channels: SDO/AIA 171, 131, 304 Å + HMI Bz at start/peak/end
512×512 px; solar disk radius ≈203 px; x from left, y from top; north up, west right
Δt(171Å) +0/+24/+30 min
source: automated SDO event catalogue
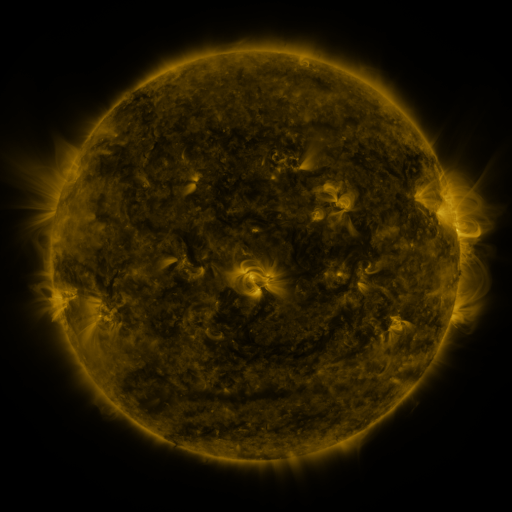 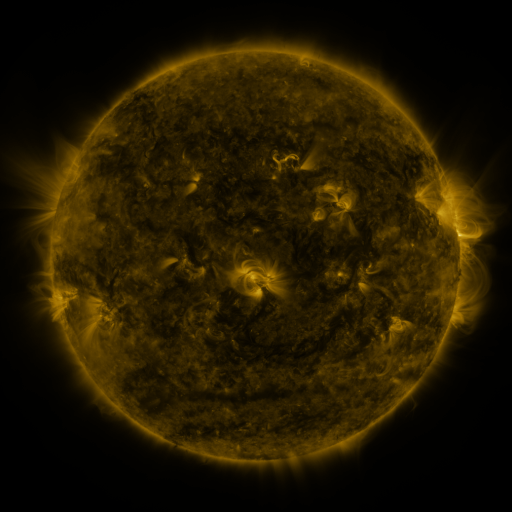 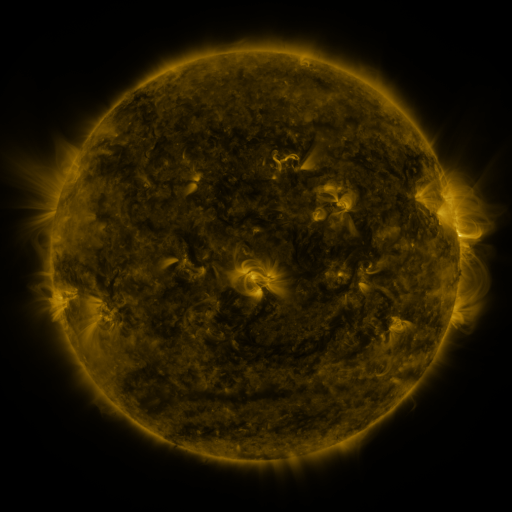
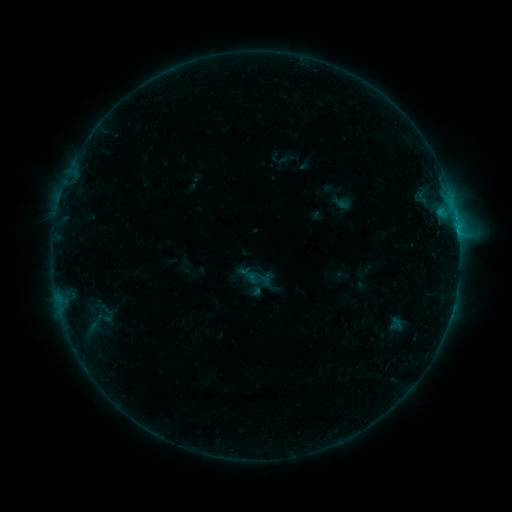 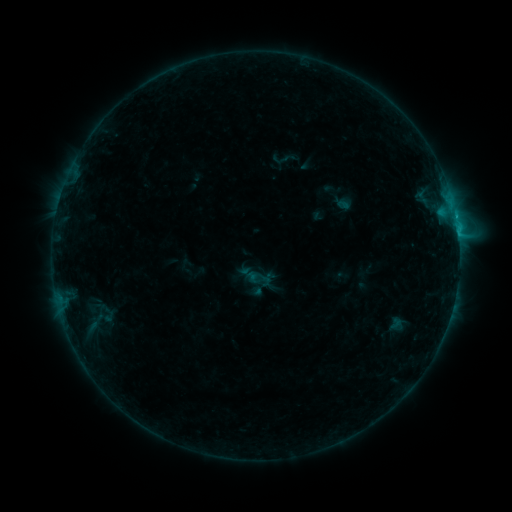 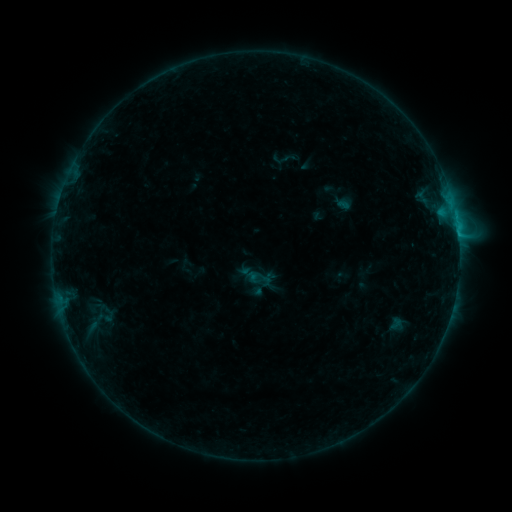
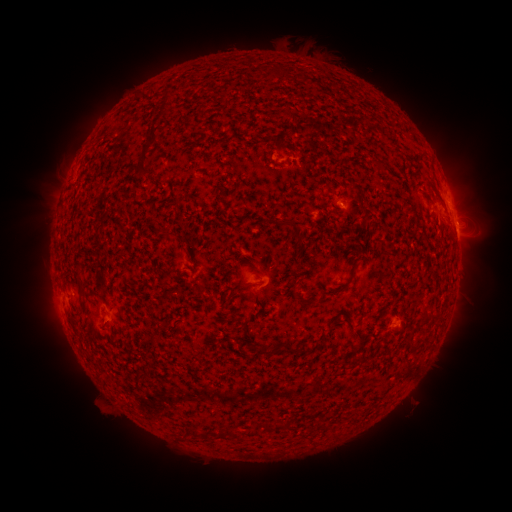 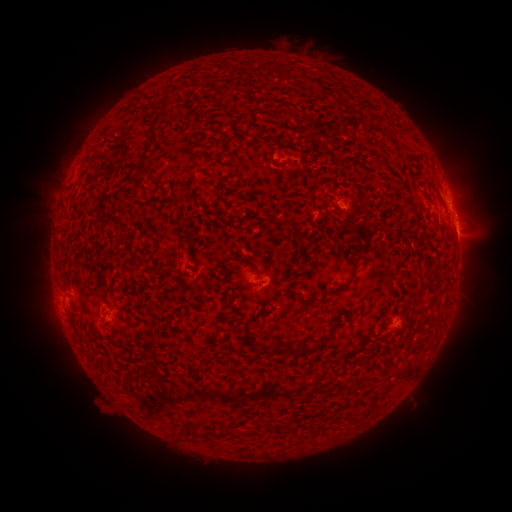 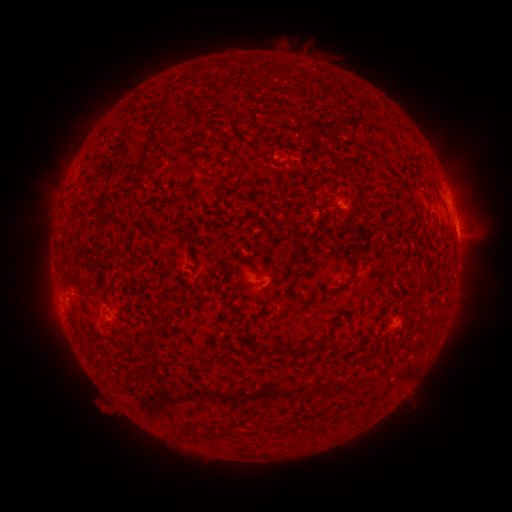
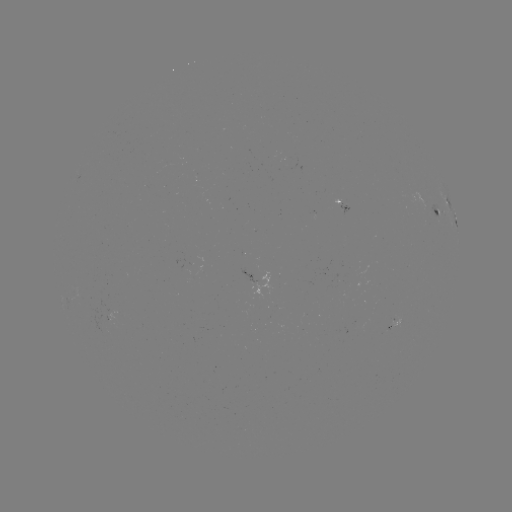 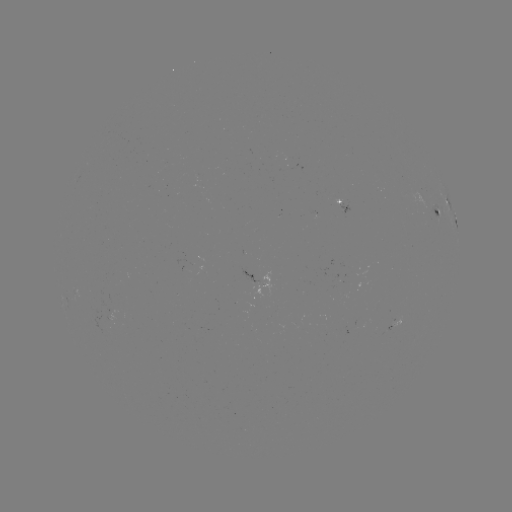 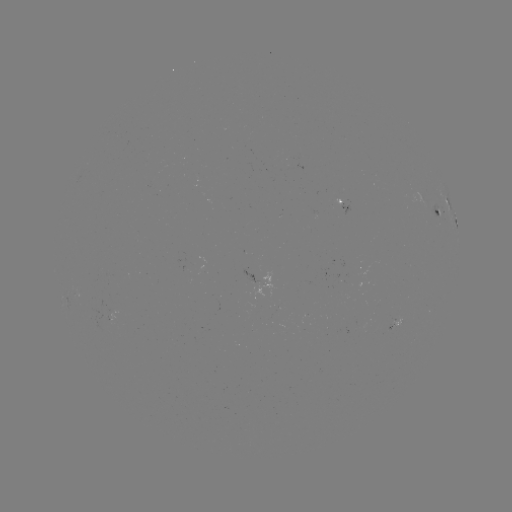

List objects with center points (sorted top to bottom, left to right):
B9.6 flare: (457, 230)
